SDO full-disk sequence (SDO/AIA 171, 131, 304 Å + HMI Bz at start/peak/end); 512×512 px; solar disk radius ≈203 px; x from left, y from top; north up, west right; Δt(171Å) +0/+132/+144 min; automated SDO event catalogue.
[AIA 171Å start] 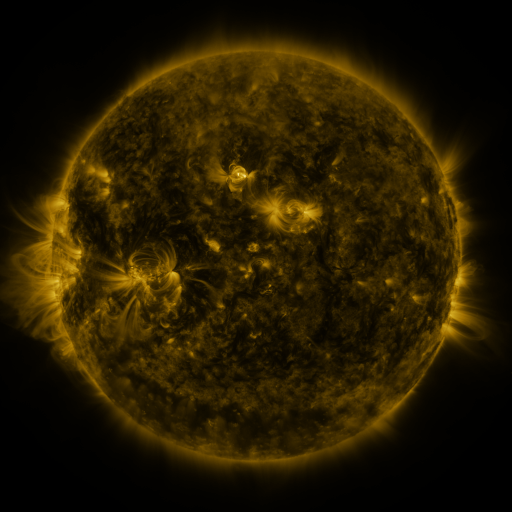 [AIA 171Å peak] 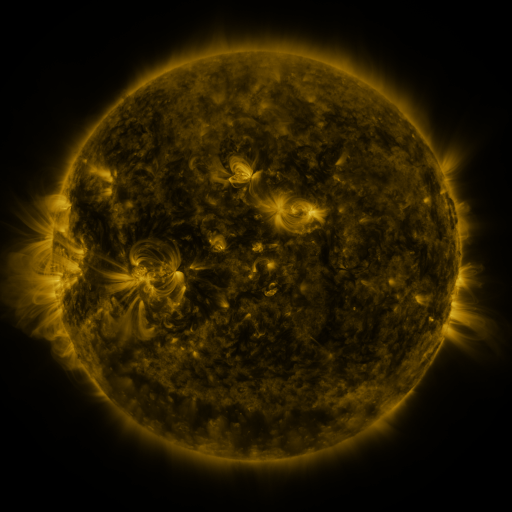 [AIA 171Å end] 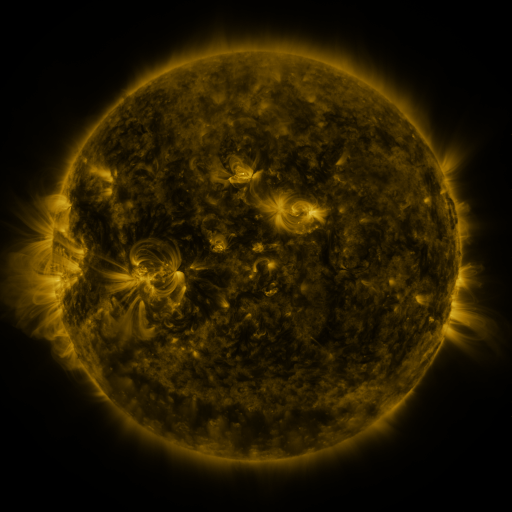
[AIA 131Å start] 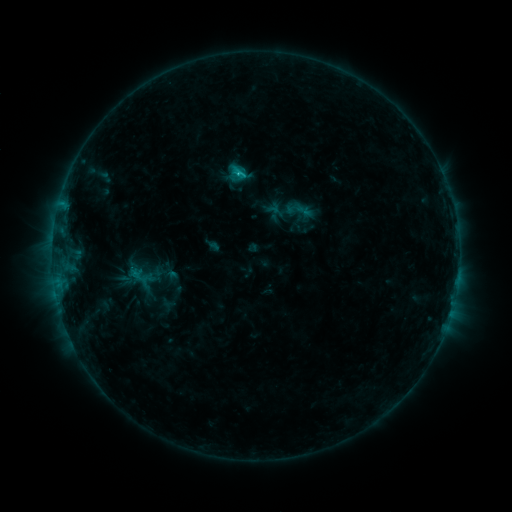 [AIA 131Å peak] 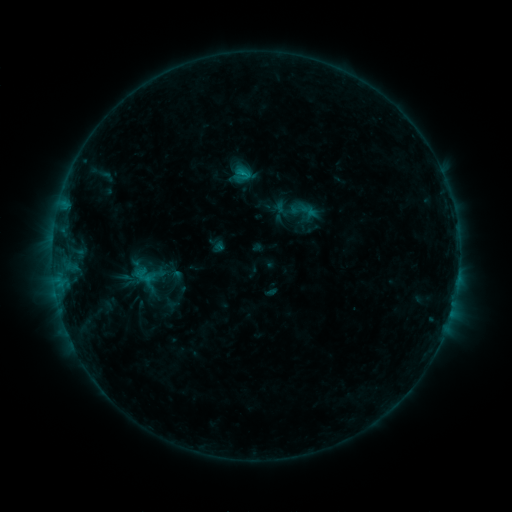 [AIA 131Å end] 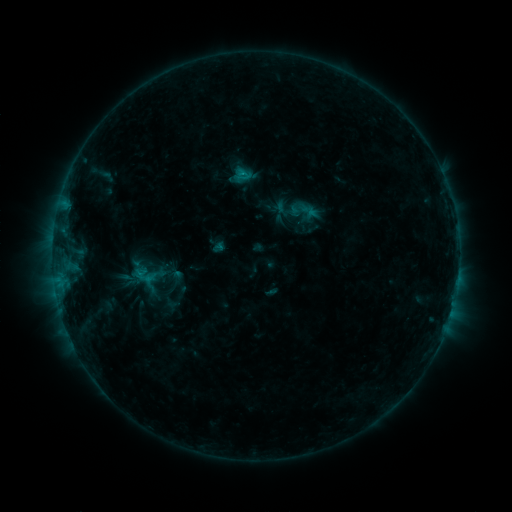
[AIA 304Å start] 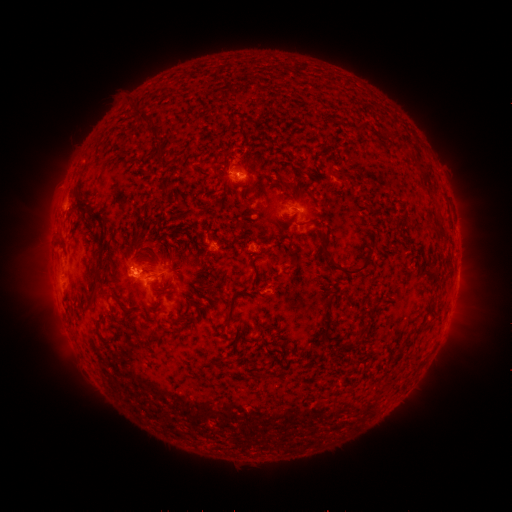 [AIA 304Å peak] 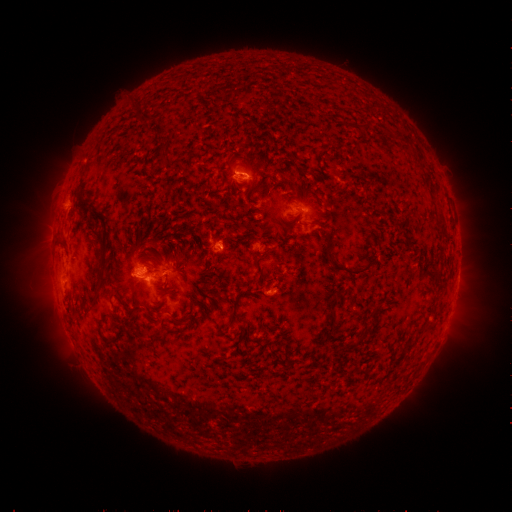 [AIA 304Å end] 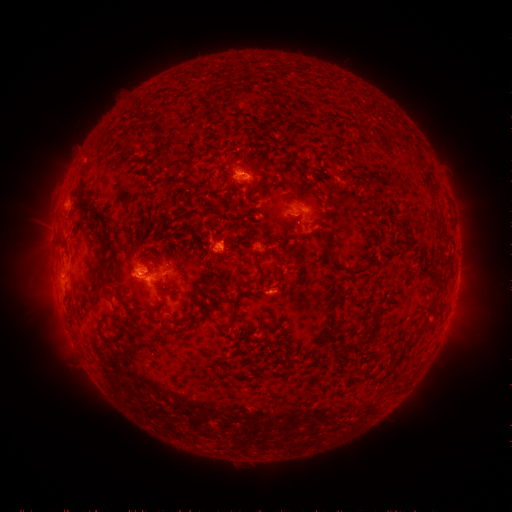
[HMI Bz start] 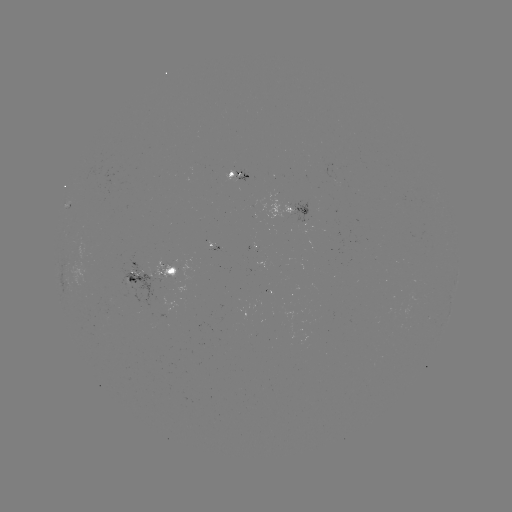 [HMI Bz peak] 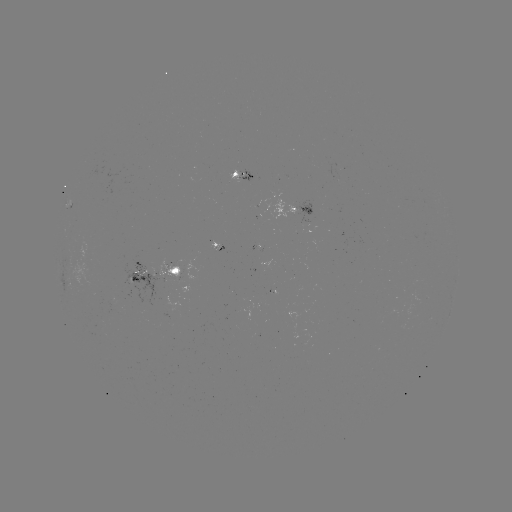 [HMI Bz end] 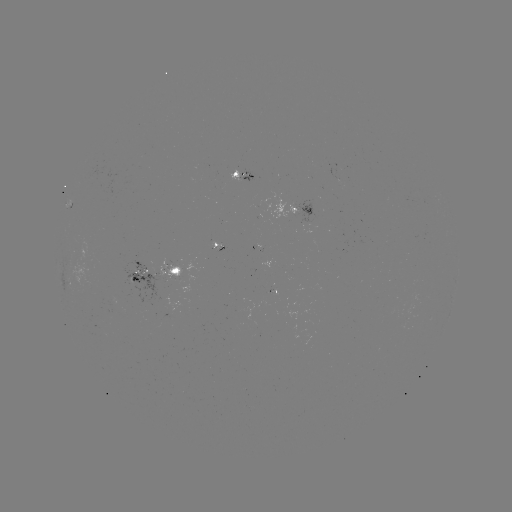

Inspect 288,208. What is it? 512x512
emerging-flux region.